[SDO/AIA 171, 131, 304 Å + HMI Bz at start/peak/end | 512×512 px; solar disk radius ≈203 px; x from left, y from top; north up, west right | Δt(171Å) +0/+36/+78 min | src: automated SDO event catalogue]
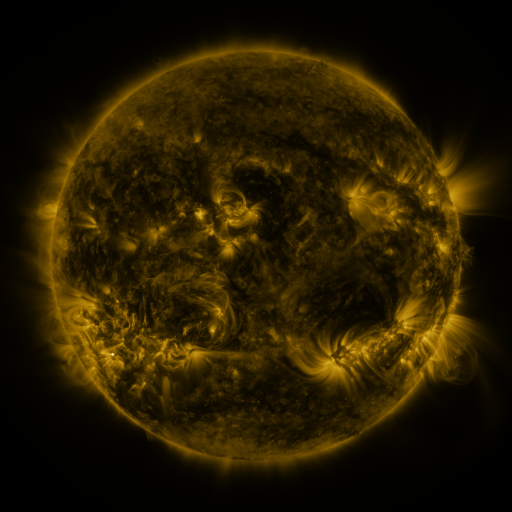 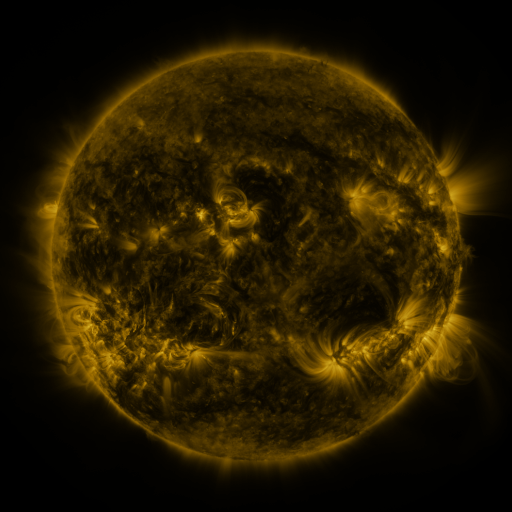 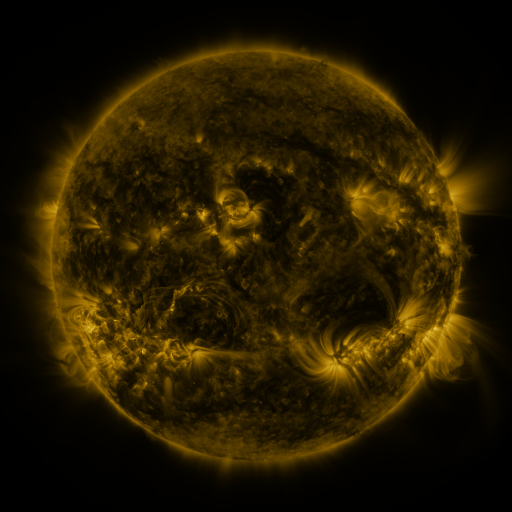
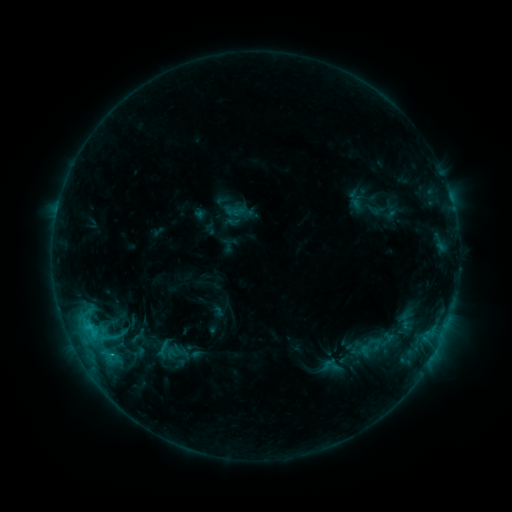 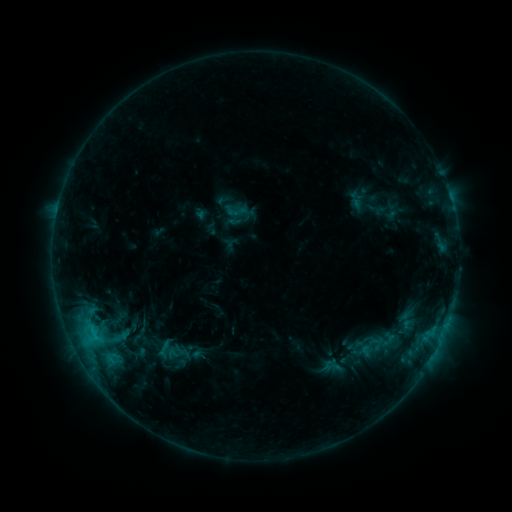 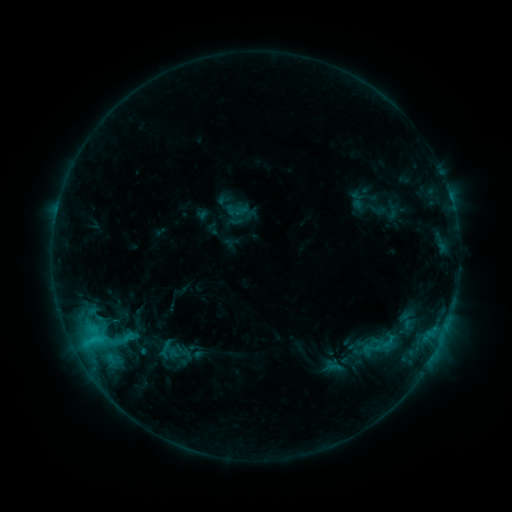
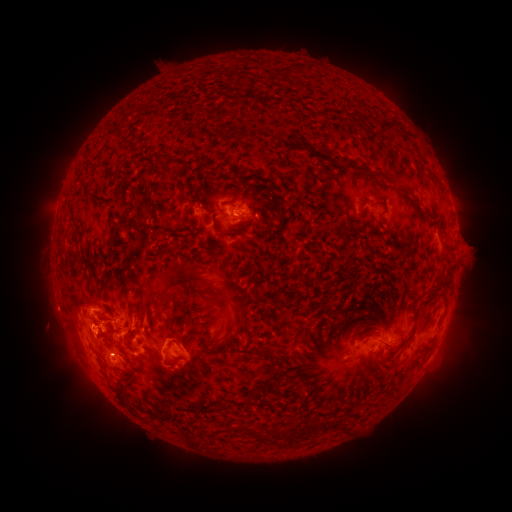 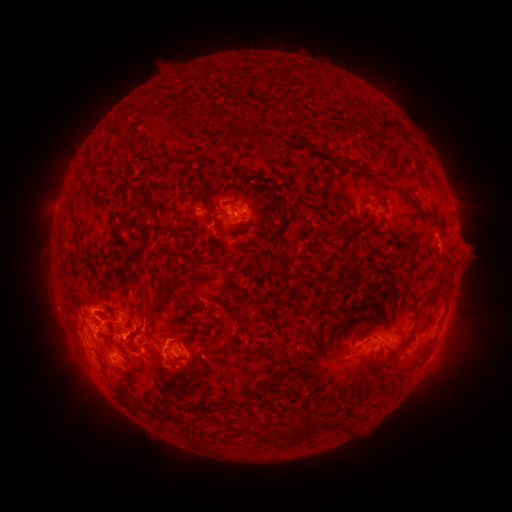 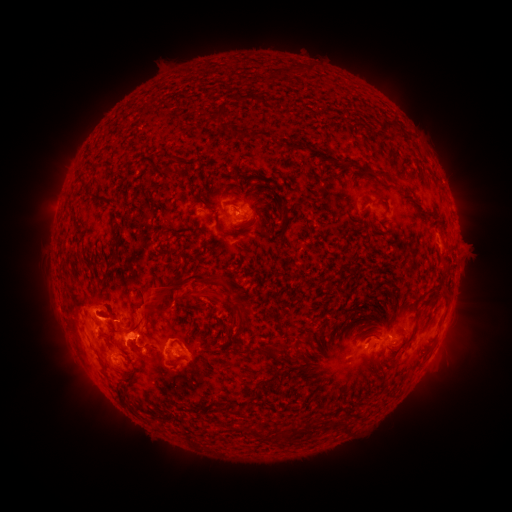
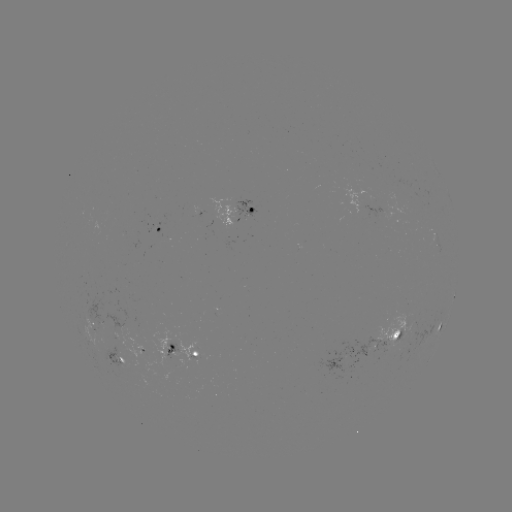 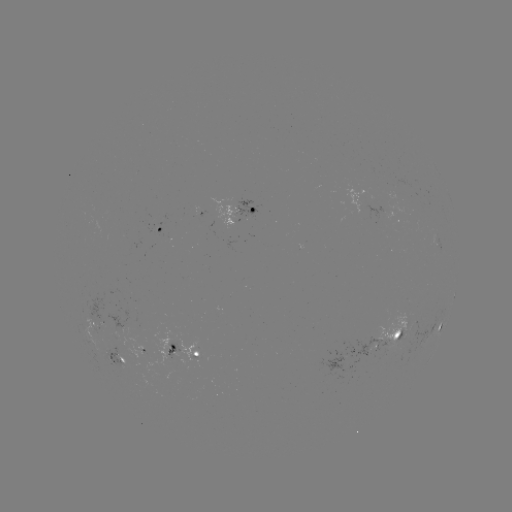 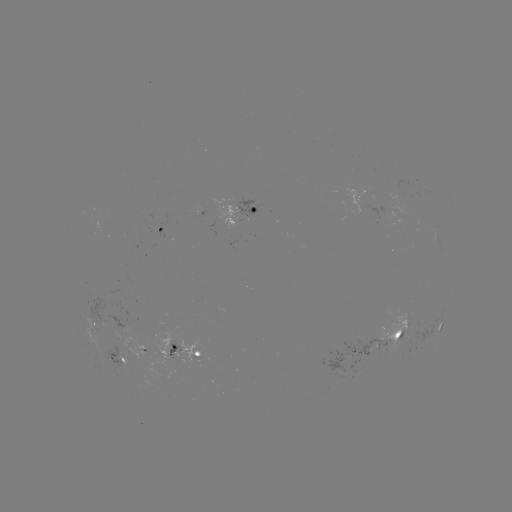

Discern eruption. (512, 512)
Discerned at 146,316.